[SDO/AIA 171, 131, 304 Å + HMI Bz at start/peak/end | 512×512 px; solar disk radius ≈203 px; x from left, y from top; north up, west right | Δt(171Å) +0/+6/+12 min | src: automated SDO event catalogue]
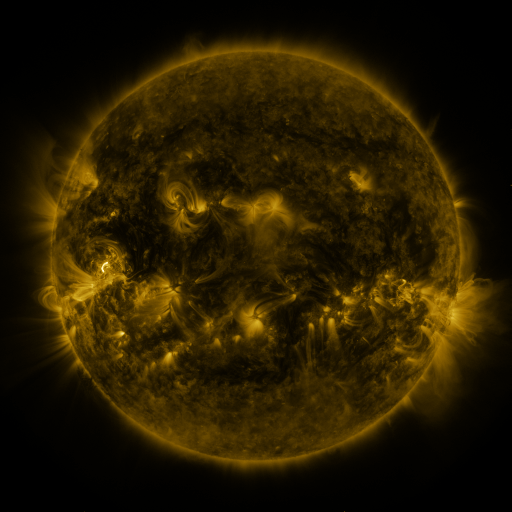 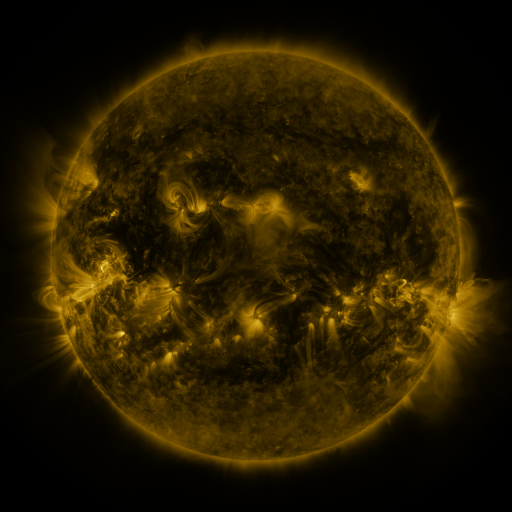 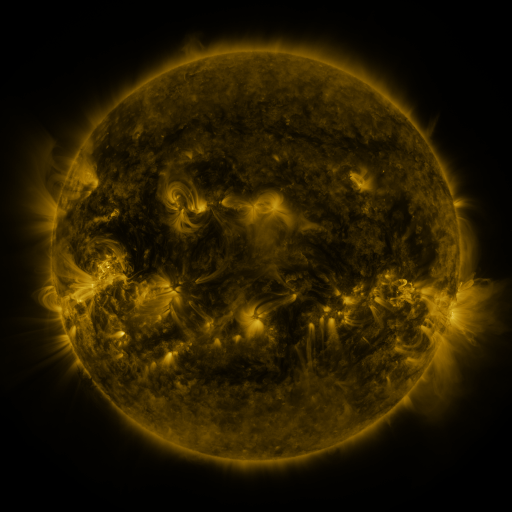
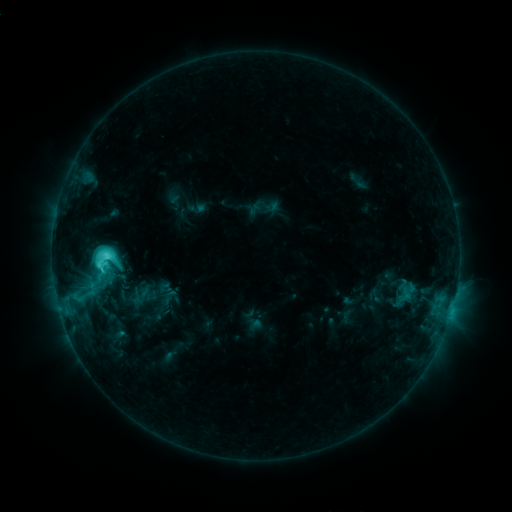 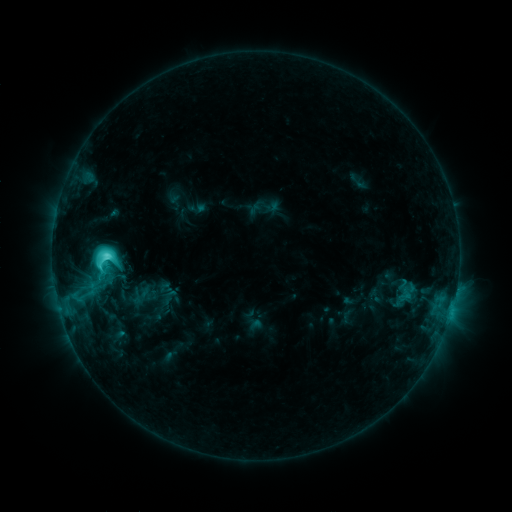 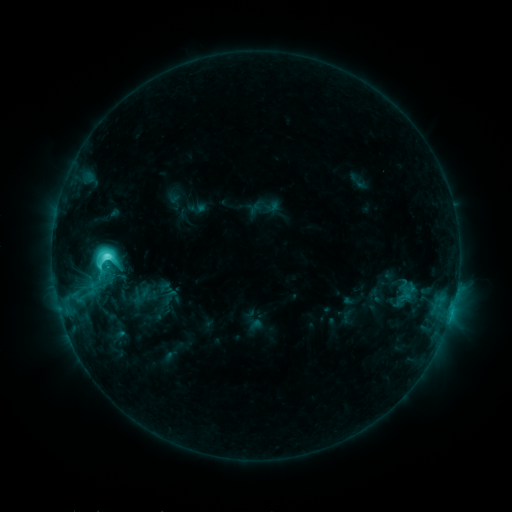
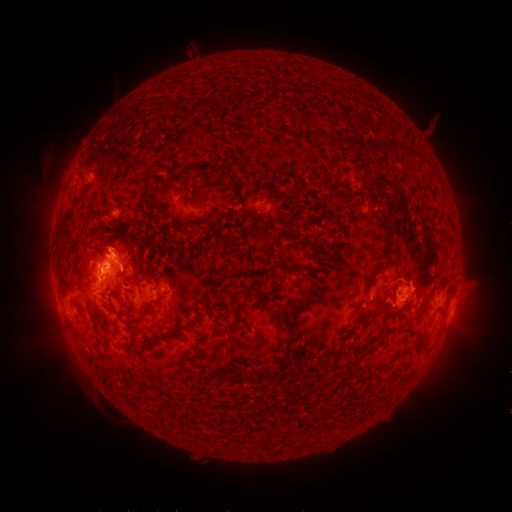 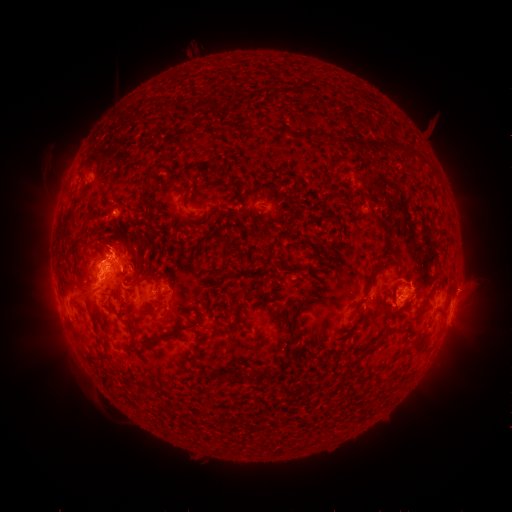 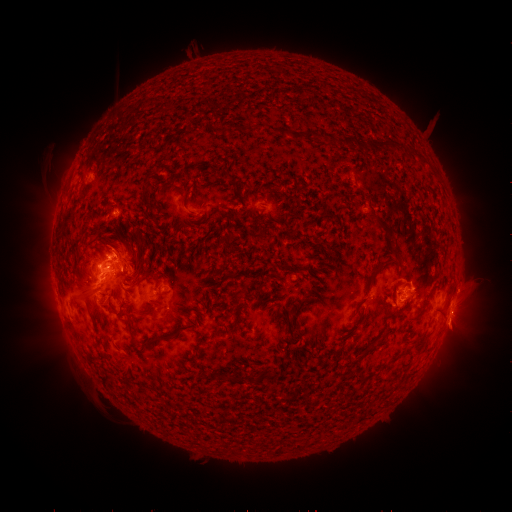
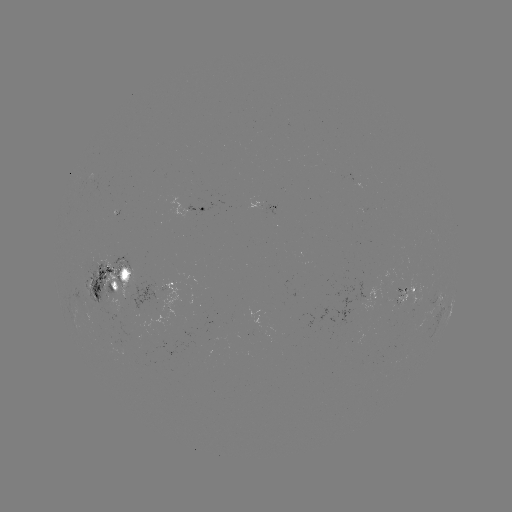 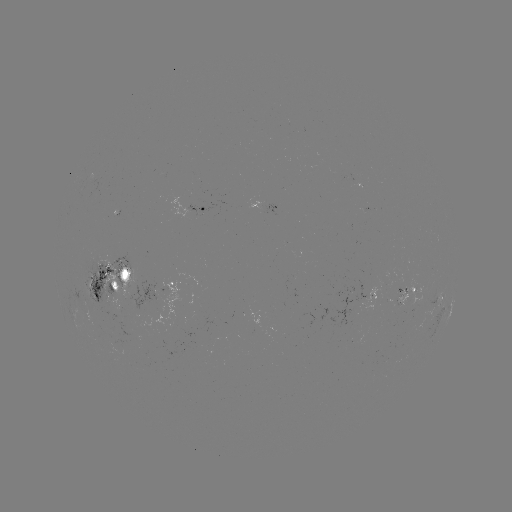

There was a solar eruption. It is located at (463, 326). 